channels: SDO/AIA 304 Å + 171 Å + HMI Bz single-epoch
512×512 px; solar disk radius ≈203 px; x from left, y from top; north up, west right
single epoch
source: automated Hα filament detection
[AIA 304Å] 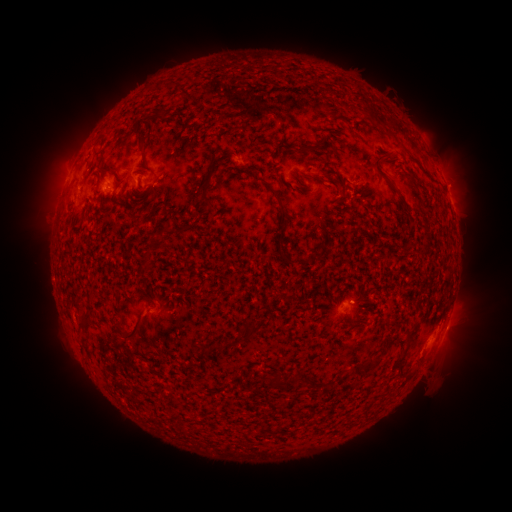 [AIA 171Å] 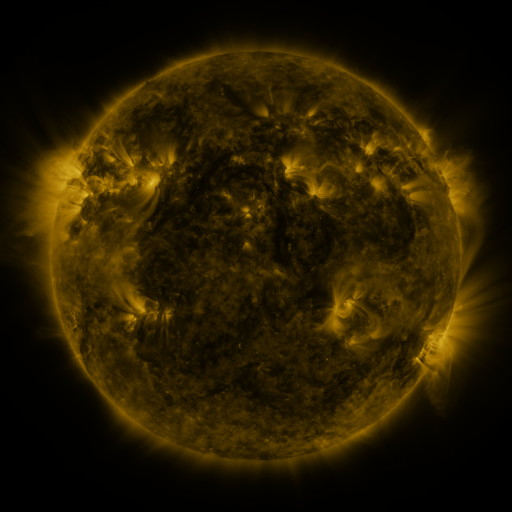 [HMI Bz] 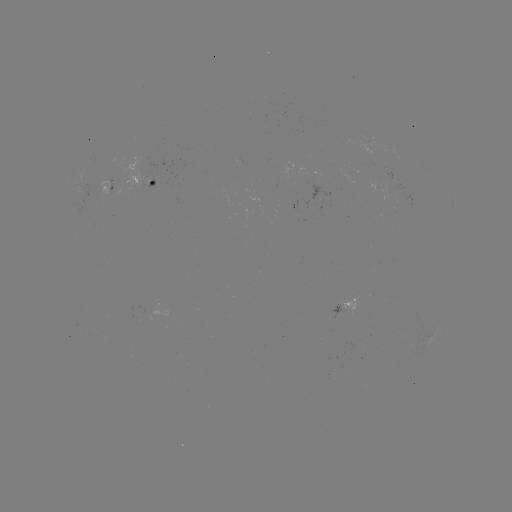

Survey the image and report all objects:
filament: (165, 113)
filament: (367, 114)
filament: (385, 127)
filament: (141, 138)
filament: (312, 148)
filament: (382, 175)
filament: (417, 180)
filament: (207, 189)
filament: (275, 192)
filament: (165, 244)
filament: (291, 262)
filament: (283, 296)
filament: (87, 318)
filament: (262, 323)
filament: (352, 327)
filament: (134, 329)
filament: (228, 344)
filament: (370, 363)
filament: (396, 365)
filament: (276, 381)
